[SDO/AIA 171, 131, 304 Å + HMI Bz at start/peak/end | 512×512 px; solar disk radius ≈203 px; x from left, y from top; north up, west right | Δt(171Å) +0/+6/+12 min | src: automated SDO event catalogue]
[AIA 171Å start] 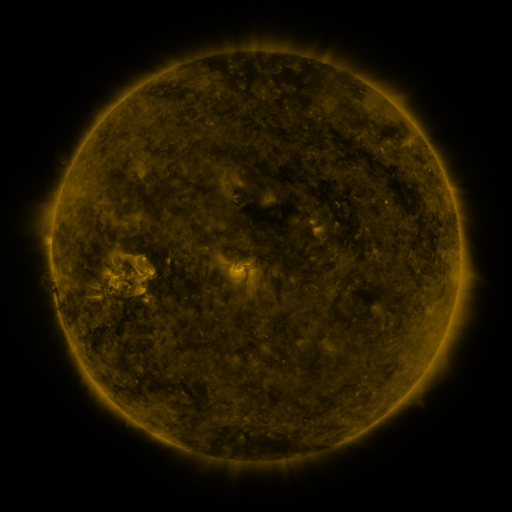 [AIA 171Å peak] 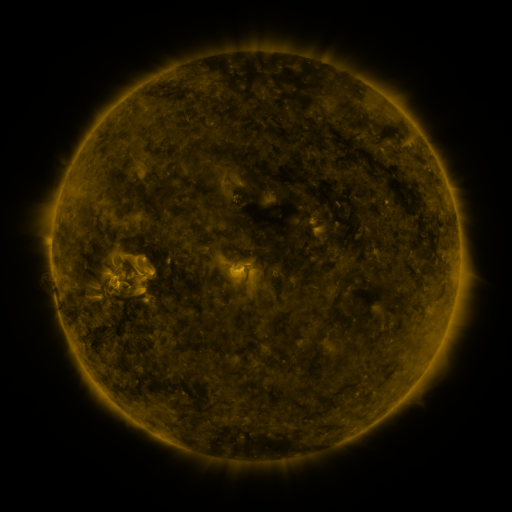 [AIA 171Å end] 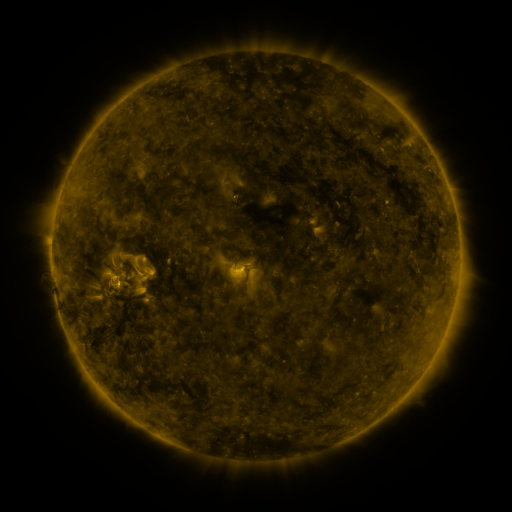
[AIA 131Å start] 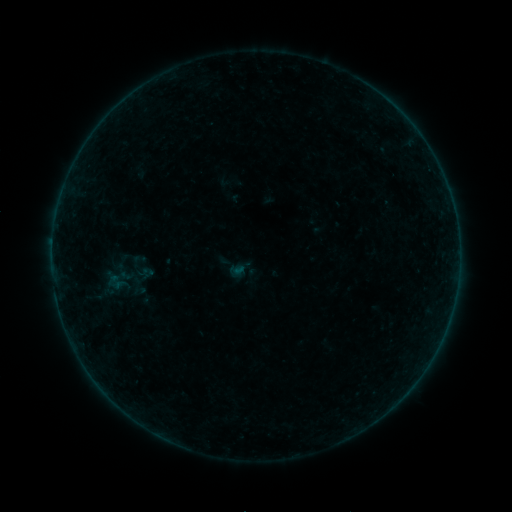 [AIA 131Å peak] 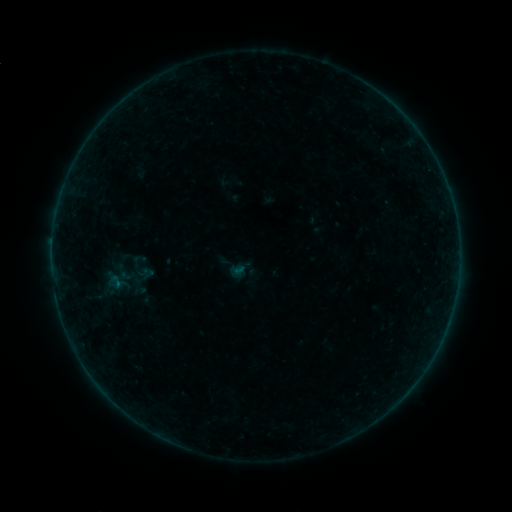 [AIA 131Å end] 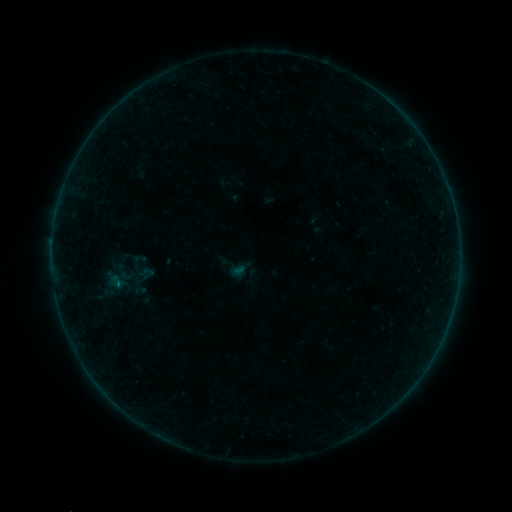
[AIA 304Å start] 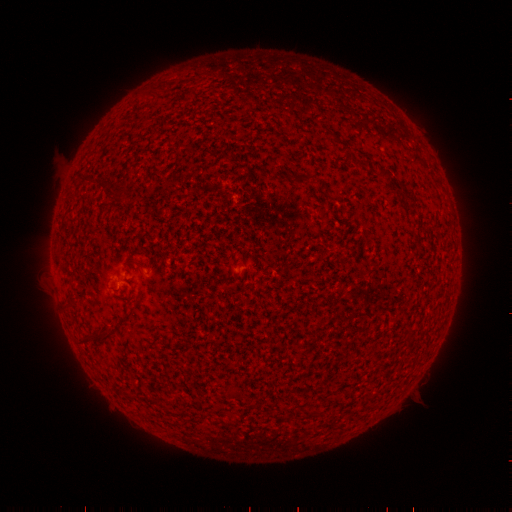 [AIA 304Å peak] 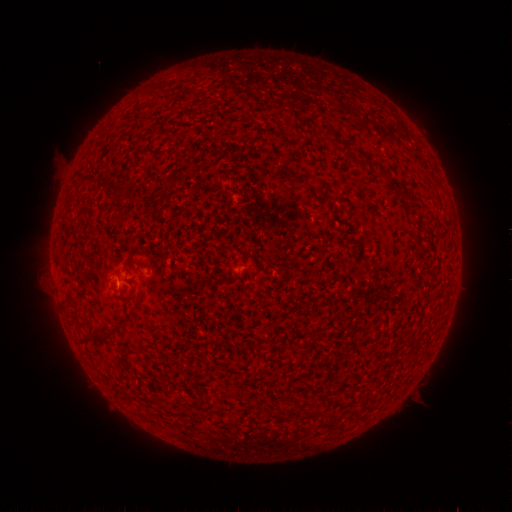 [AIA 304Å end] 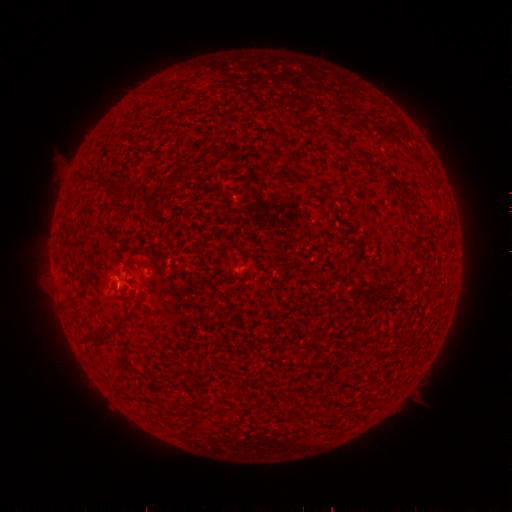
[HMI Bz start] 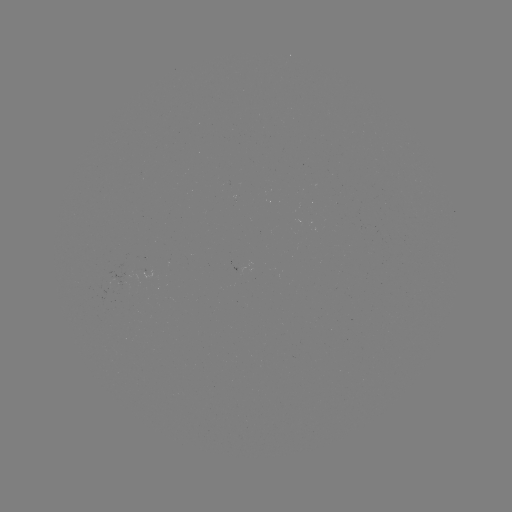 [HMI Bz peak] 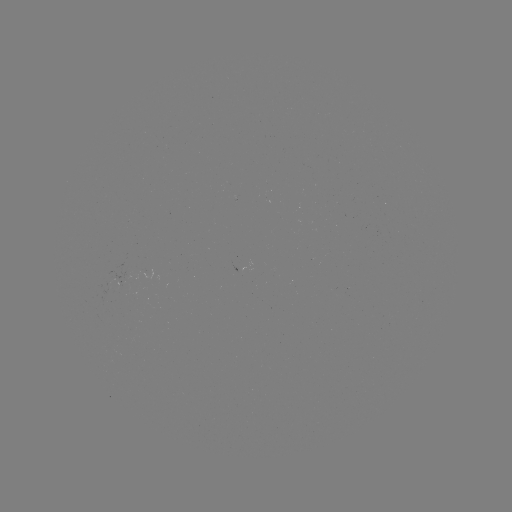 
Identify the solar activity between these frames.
B1.2 flare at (118, 282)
